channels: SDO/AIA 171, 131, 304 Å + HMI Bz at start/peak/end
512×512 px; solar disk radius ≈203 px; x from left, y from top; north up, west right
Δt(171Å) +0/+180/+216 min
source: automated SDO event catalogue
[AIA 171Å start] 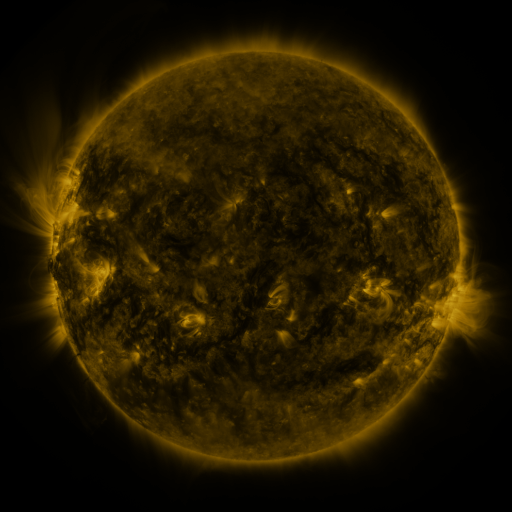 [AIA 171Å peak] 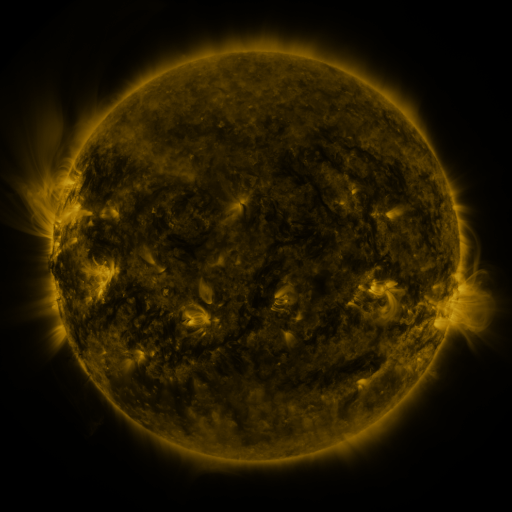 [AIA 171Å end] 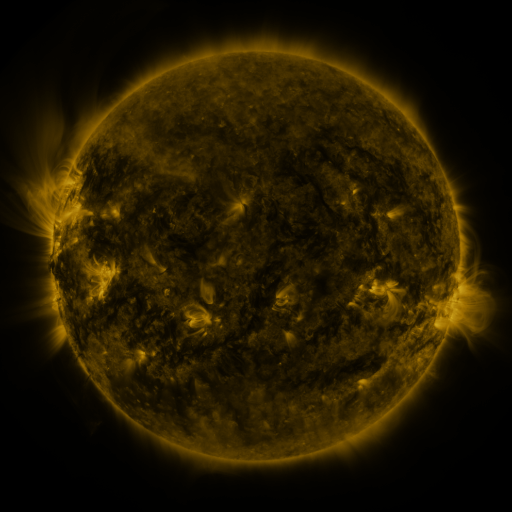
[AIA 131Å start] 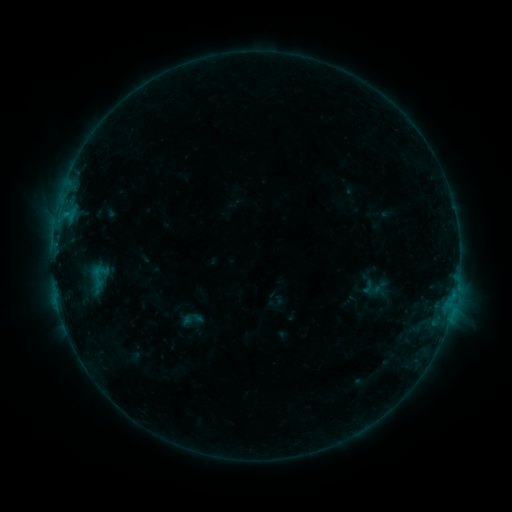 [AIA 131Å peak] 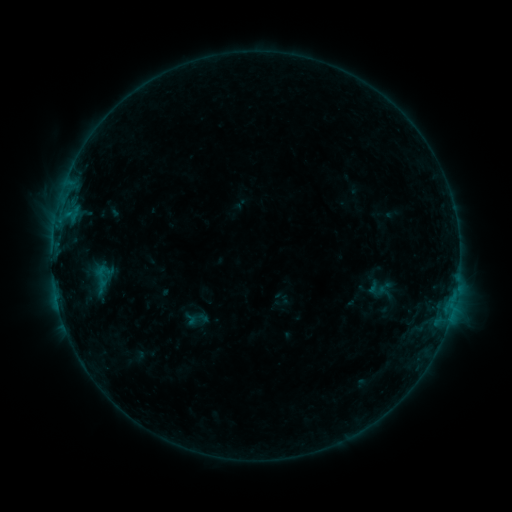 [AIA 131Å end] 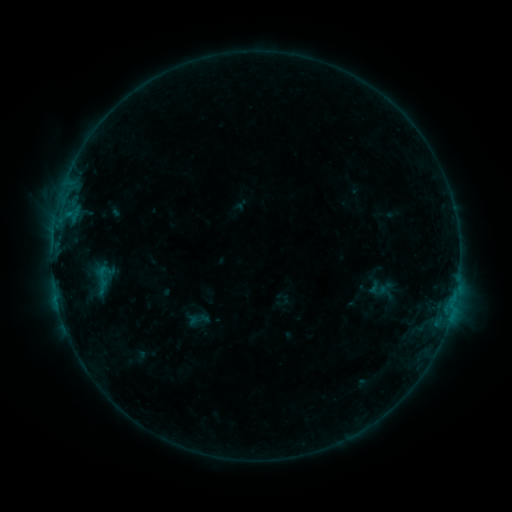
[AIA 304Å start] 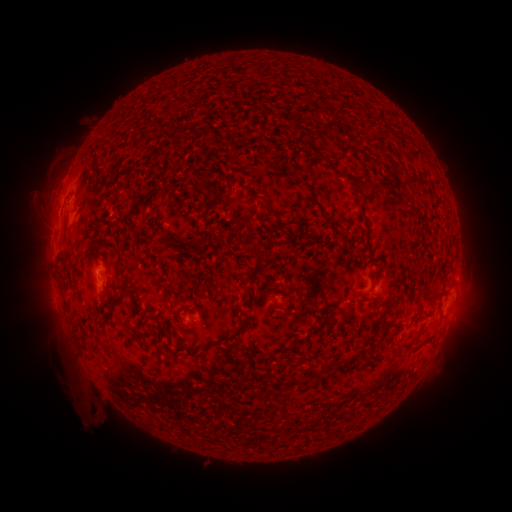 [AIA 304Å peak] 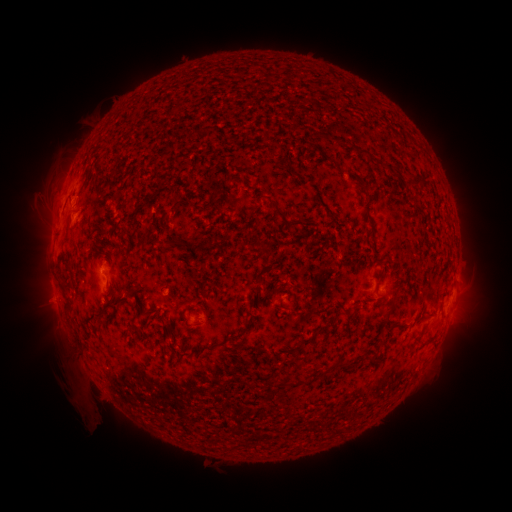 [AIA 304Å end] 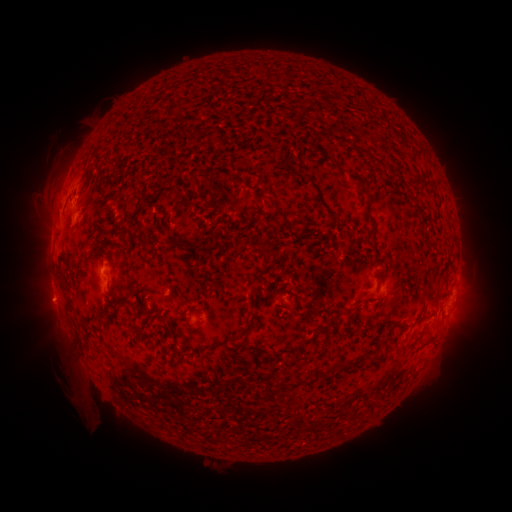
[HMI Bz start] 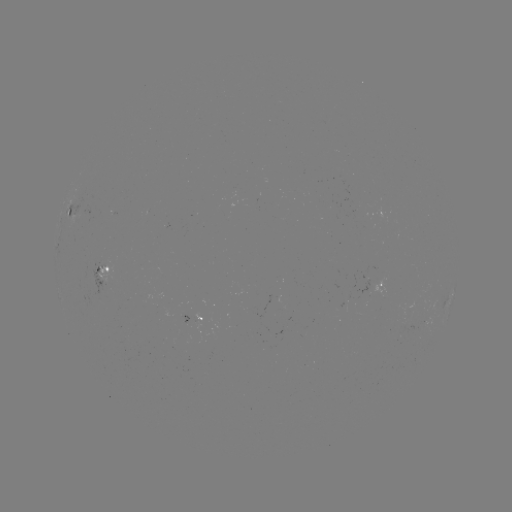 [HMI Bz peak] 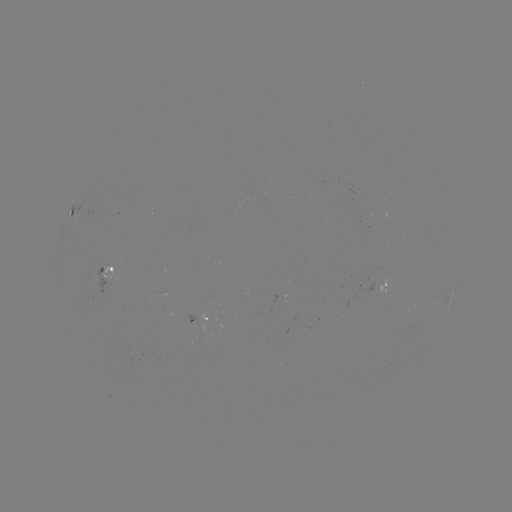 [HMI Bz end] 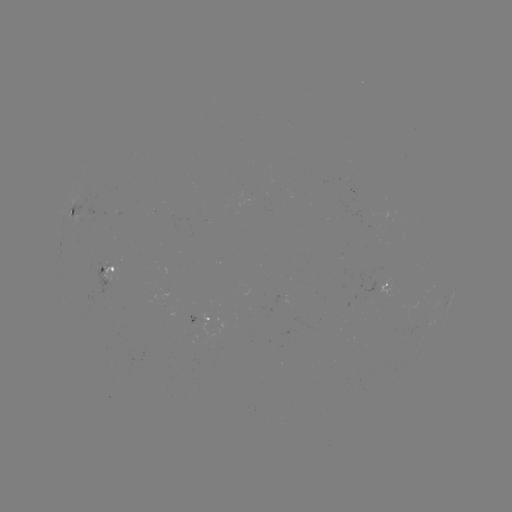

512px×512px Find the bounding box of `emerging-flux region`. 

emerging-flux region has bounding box [159, 289, 169, 299].